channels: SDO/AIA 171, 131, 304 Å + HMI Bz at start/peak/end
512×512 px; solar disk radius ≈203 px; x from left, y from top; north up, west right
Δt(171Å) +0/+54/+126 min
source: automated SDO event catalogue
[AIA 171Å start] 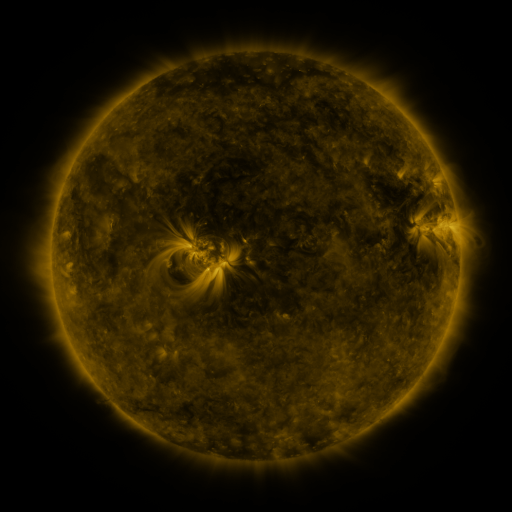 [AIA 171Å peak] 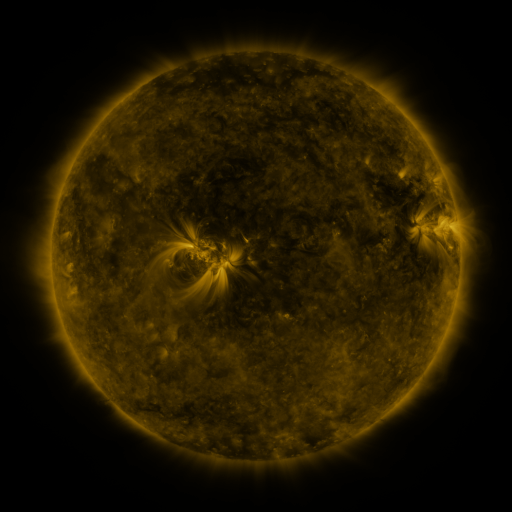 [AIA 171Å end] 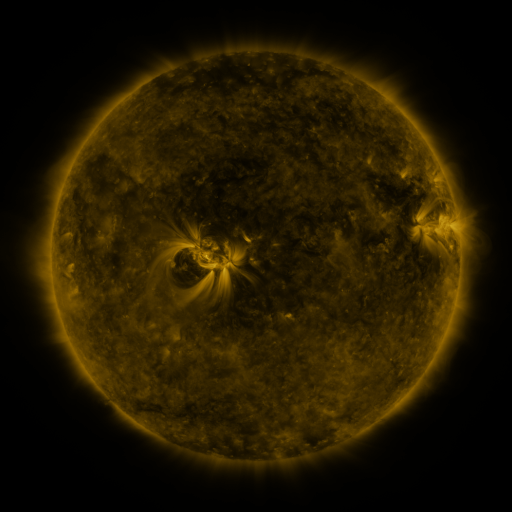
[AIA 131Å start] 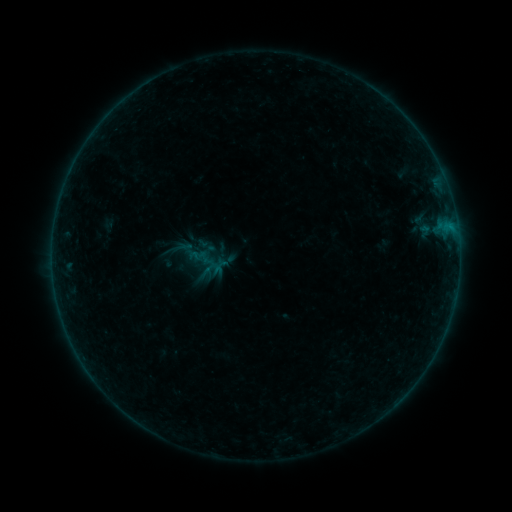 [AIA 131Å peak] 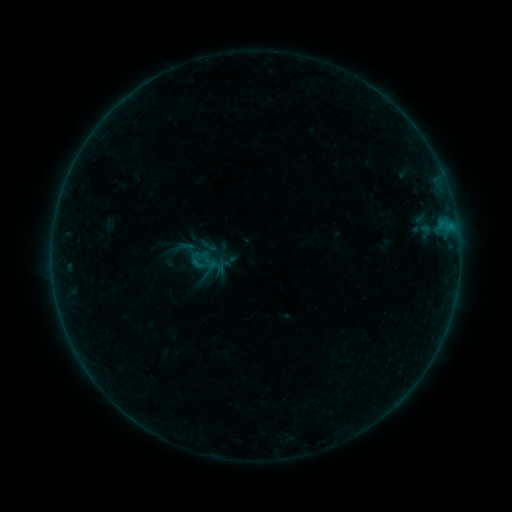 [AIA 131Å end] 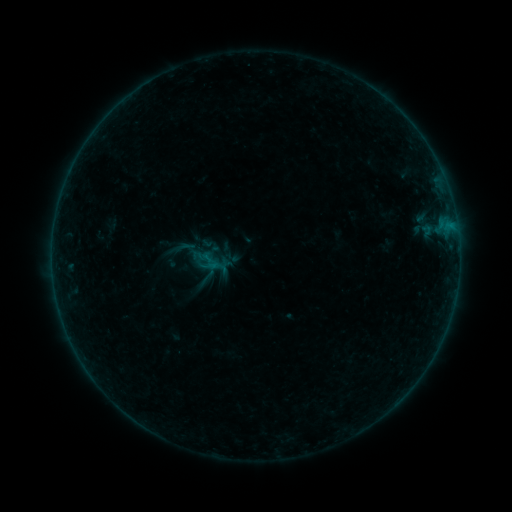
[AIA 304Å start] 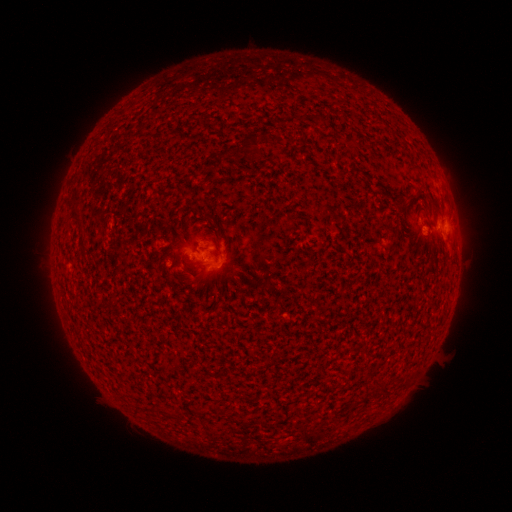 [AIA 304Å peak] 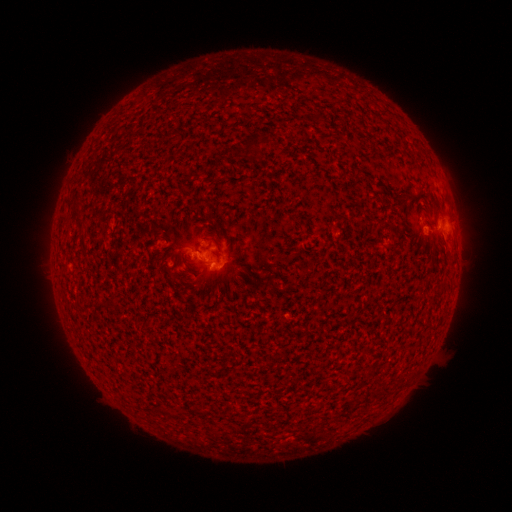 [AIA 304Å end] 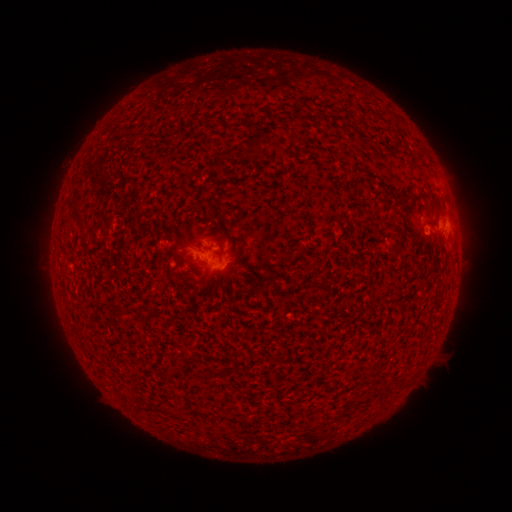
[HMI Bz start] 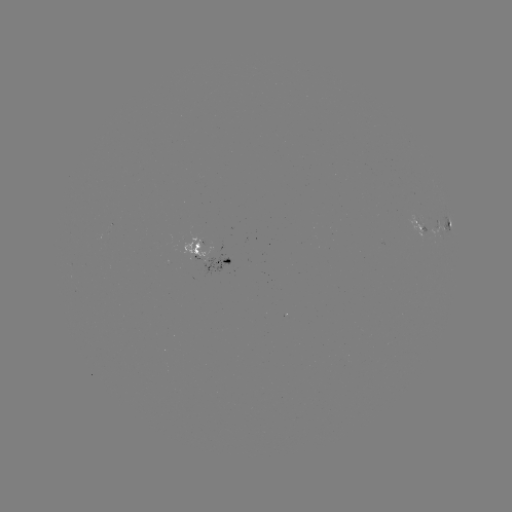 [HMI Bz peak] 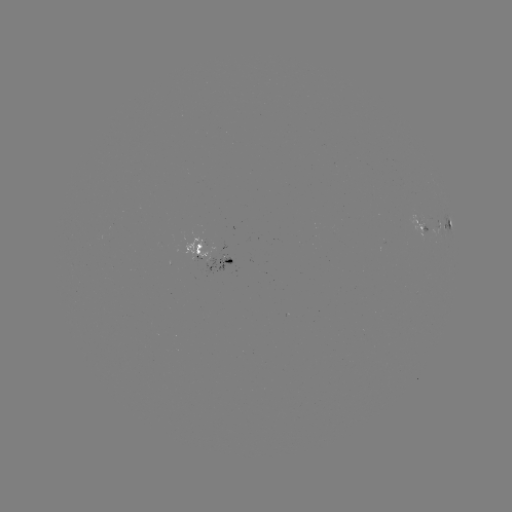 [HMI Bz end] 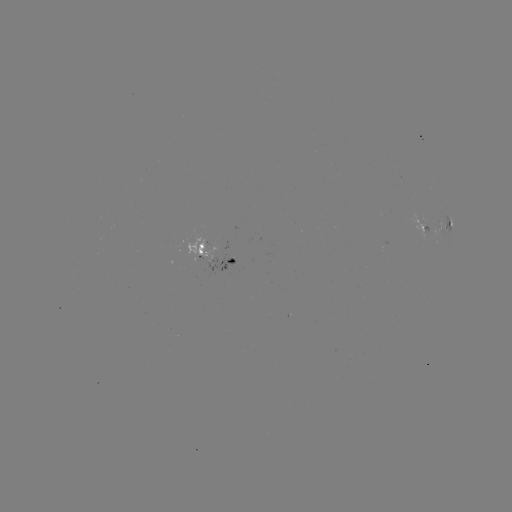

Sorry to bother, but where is B4.0 flare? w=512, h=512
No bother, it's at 199,265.